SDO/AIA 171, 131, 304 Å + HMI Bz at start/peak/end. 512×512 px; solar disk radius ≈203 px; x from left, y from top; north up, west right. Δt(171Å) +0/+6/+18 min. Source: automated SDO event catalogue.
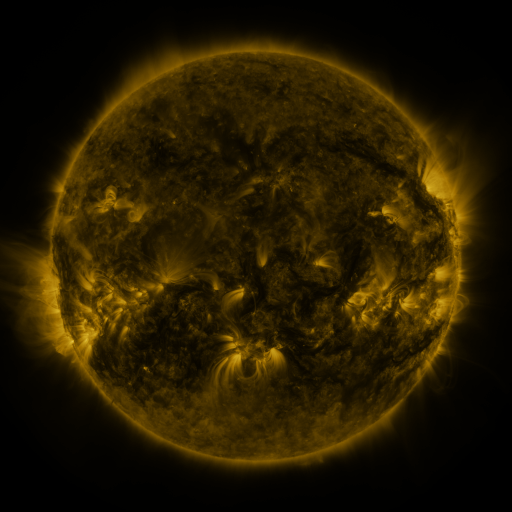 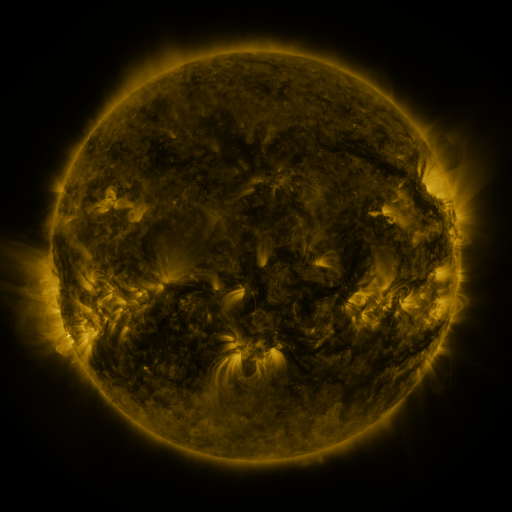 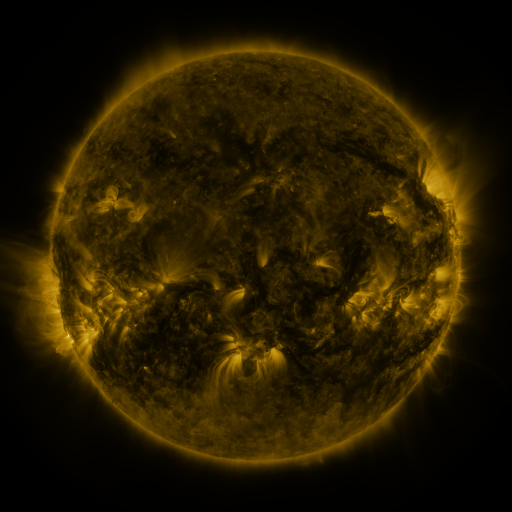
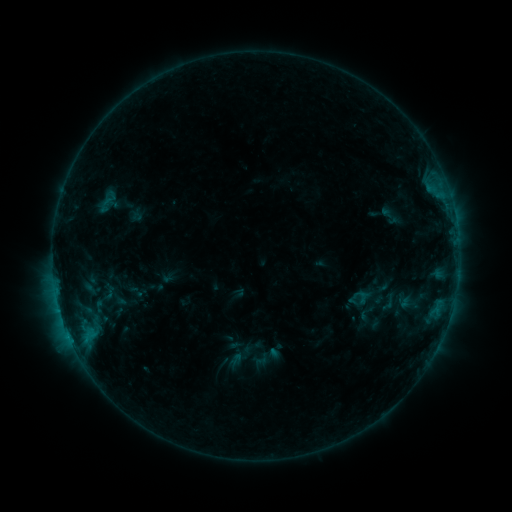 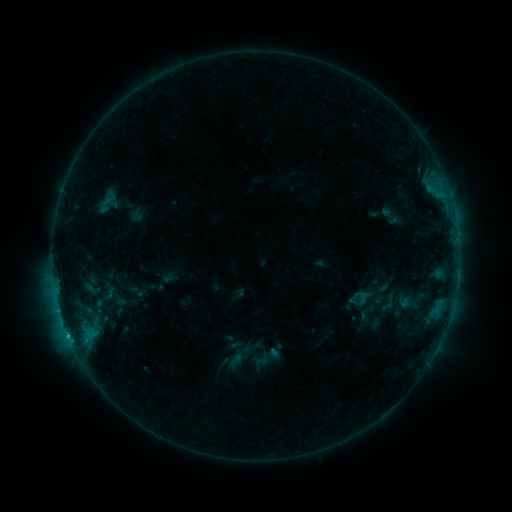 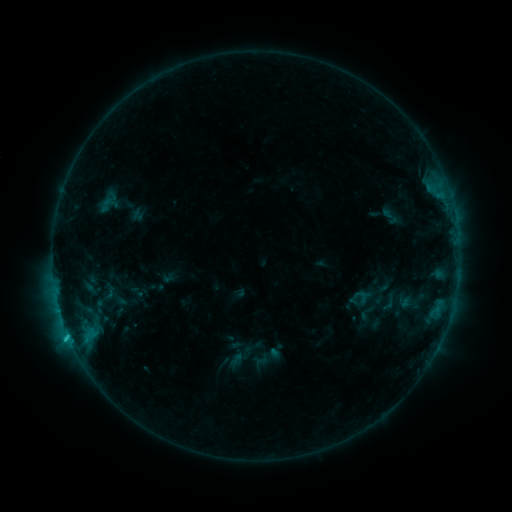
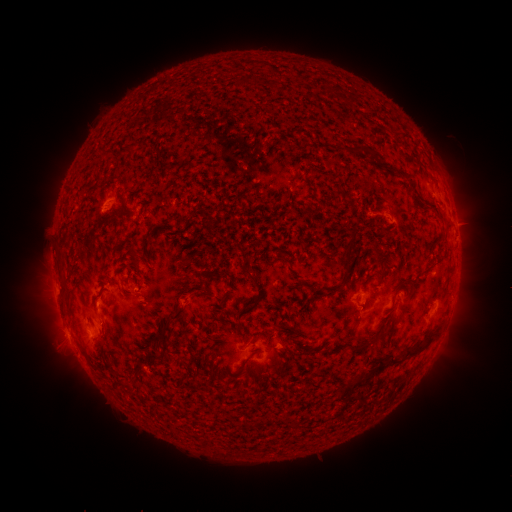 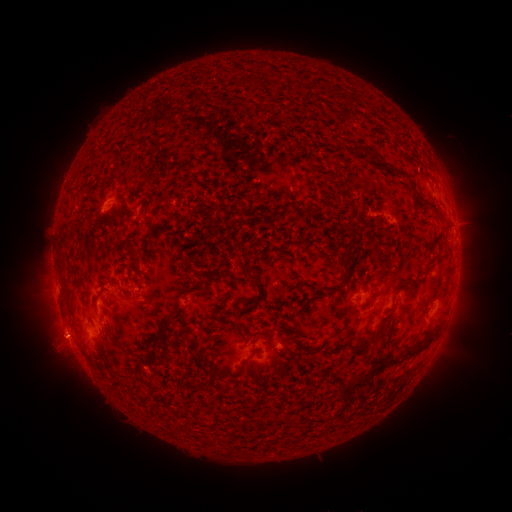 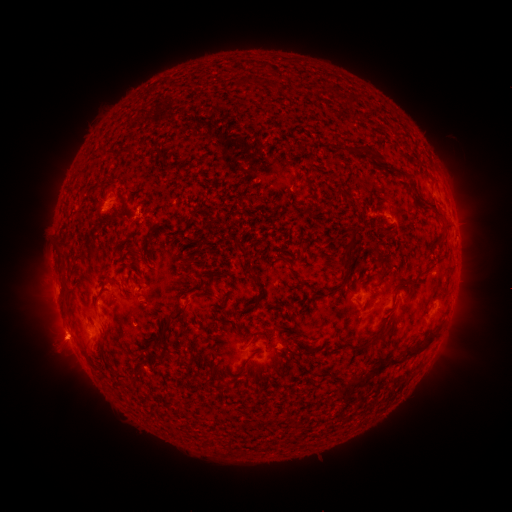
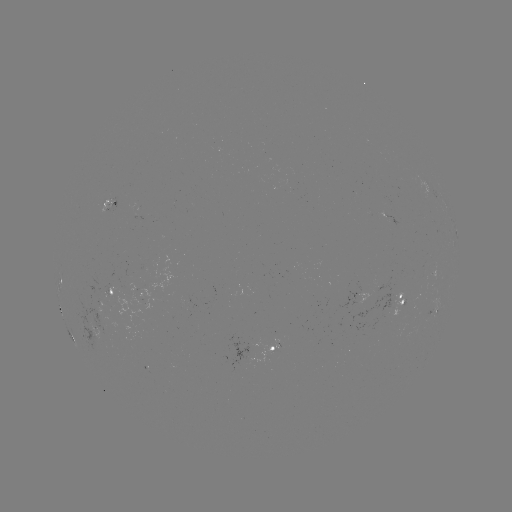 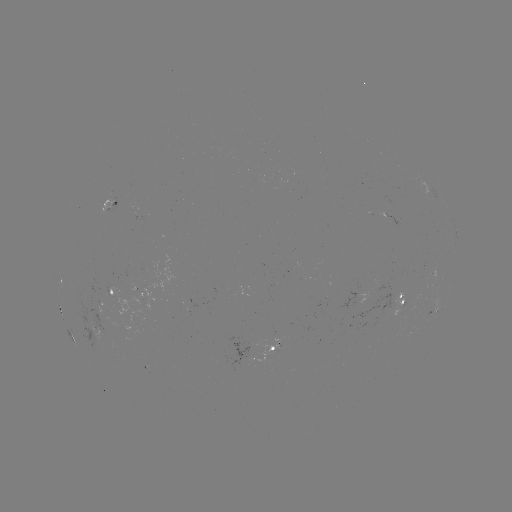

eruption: (20, 301, 99, 379)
